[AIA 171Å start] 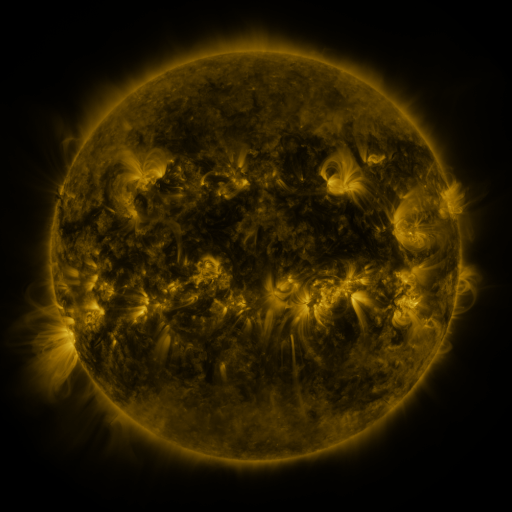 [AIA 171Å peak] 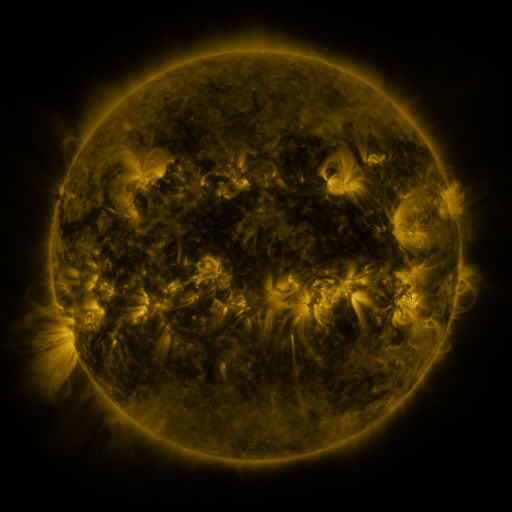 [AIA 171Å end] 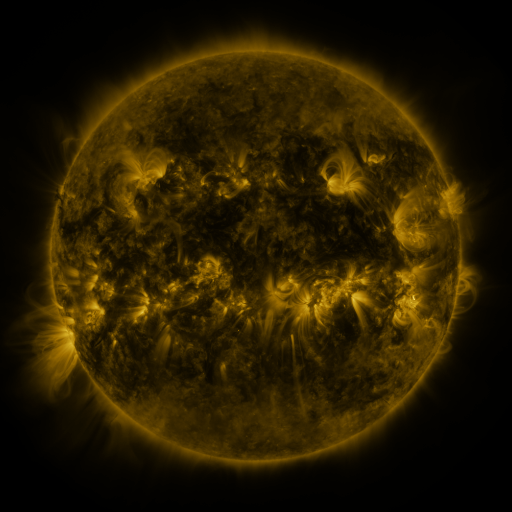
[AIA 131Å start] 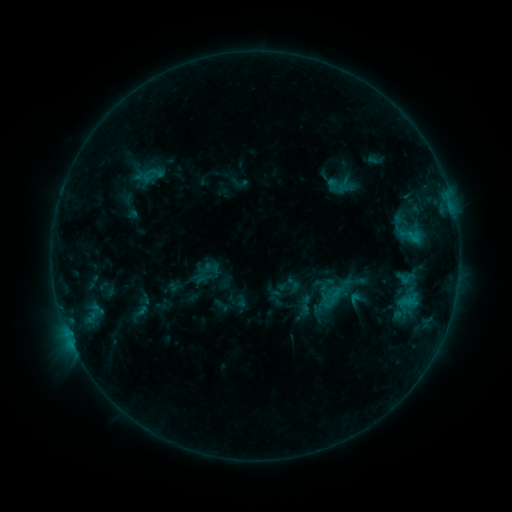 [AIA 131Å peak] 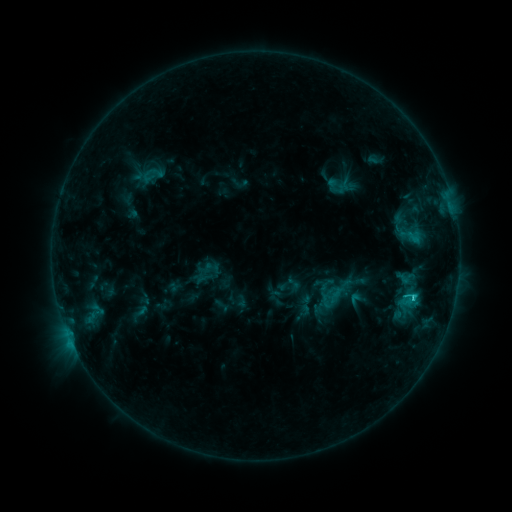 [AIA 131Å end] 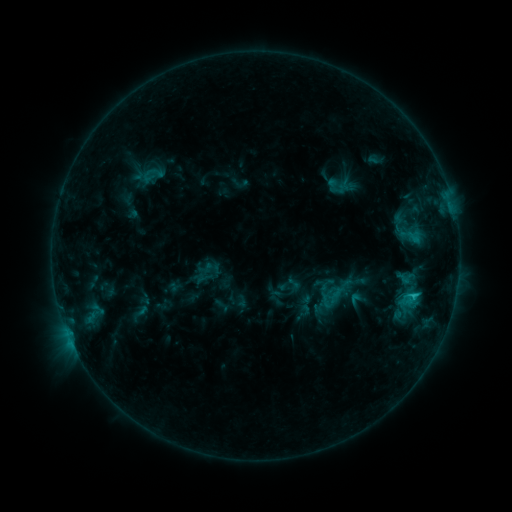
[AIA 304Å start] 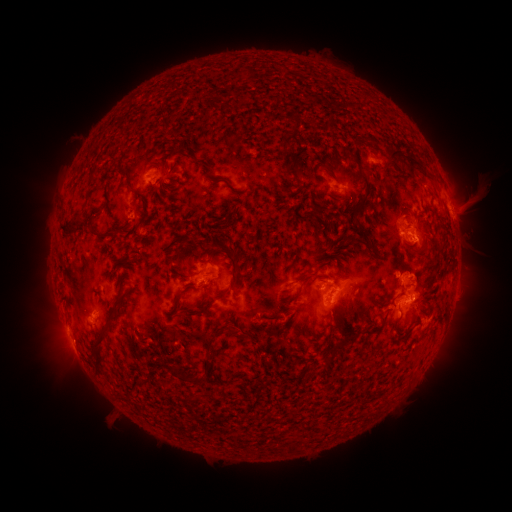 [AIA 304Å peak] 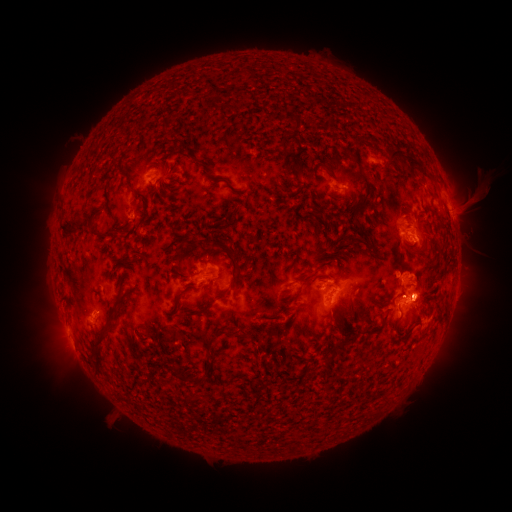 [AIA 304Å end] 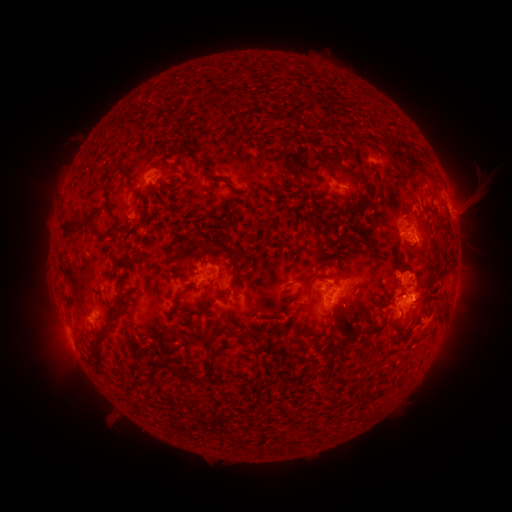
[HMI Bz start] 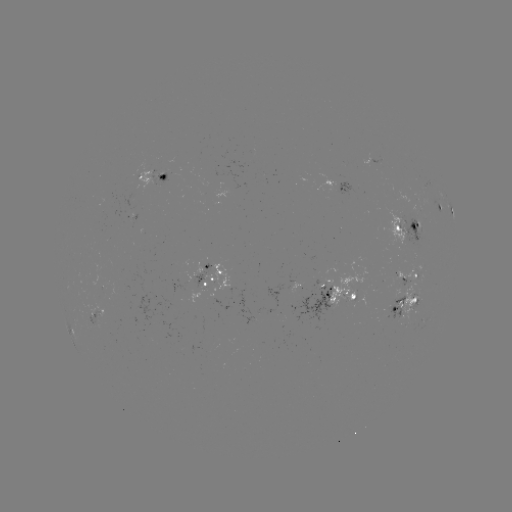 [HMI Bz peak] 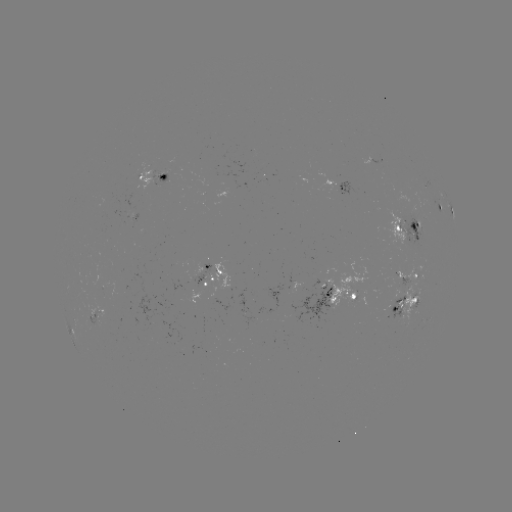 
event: flare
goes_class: C1.6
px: (413, 297)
